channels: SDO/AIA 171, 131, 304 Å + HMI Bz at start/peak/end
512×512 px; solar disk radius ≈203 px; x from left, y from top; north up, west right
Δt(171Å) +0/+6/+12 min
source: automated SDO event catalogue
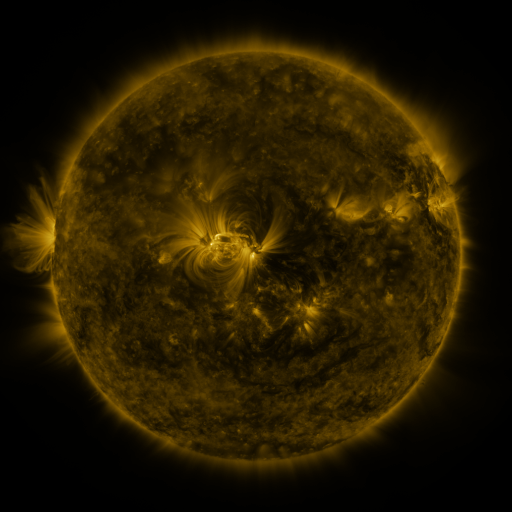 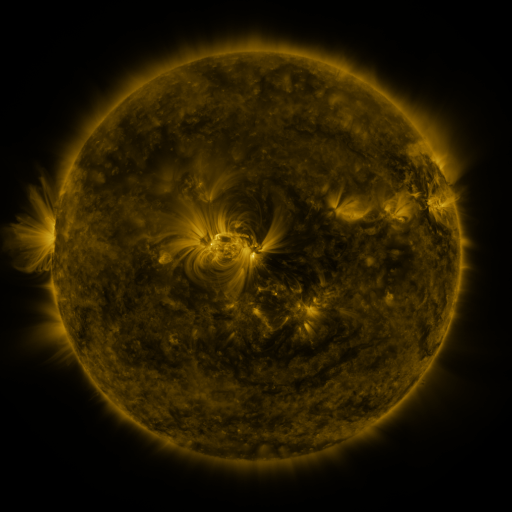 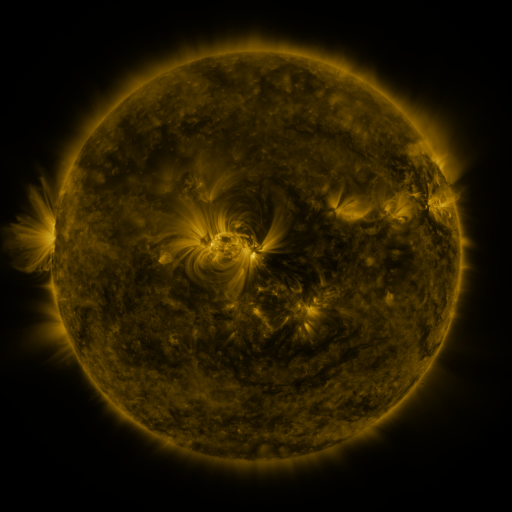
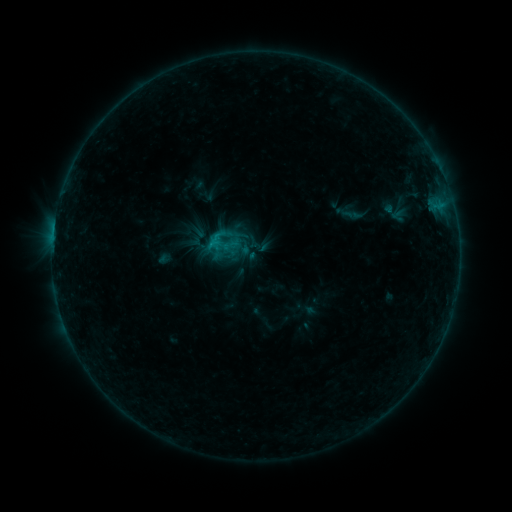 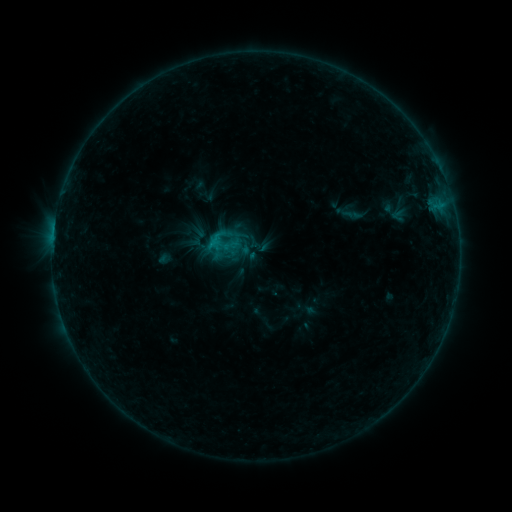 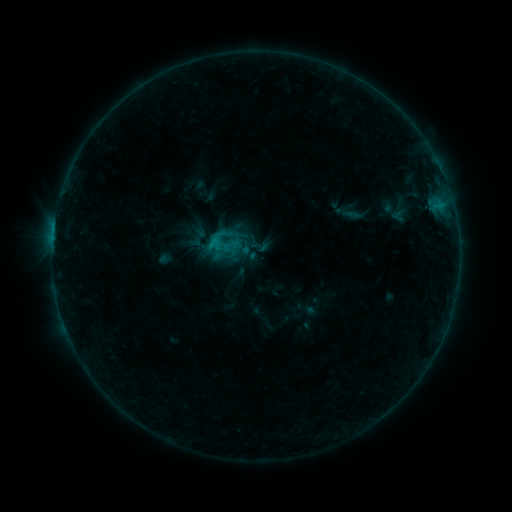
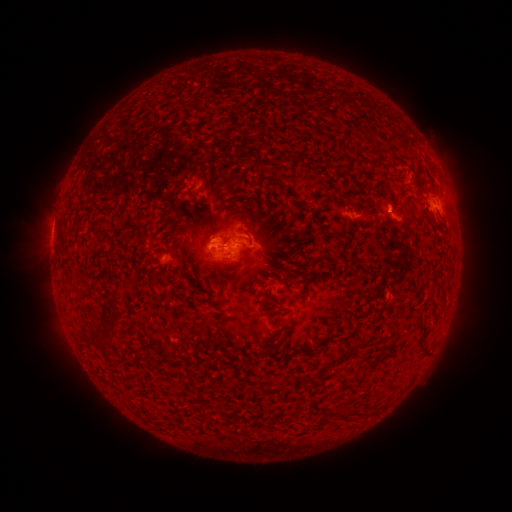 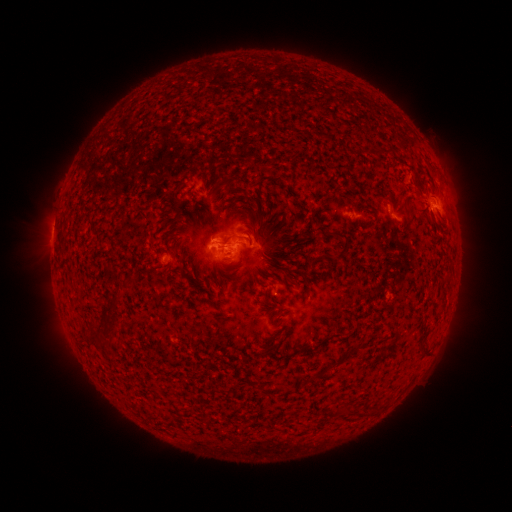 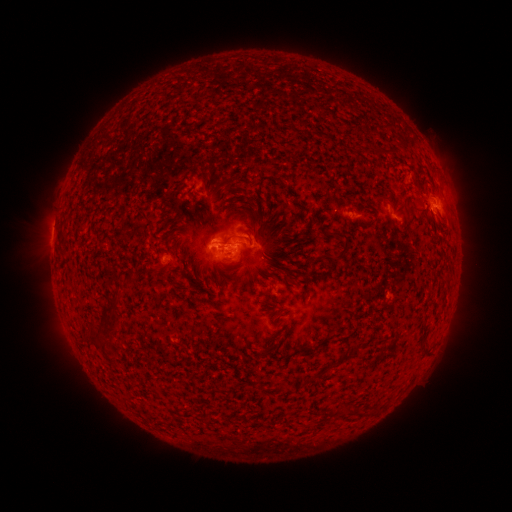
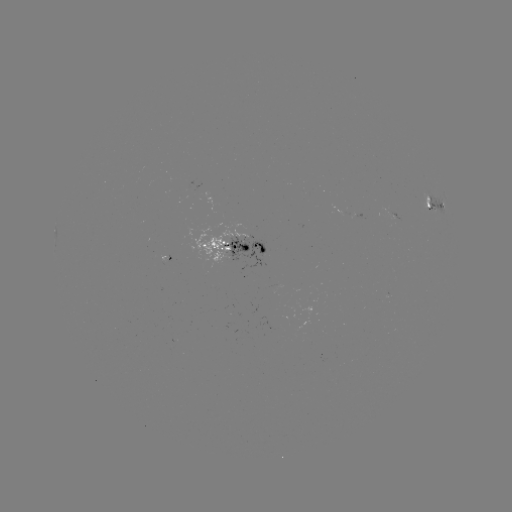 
no catalogued flare and no flagged EUV brightening in this window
